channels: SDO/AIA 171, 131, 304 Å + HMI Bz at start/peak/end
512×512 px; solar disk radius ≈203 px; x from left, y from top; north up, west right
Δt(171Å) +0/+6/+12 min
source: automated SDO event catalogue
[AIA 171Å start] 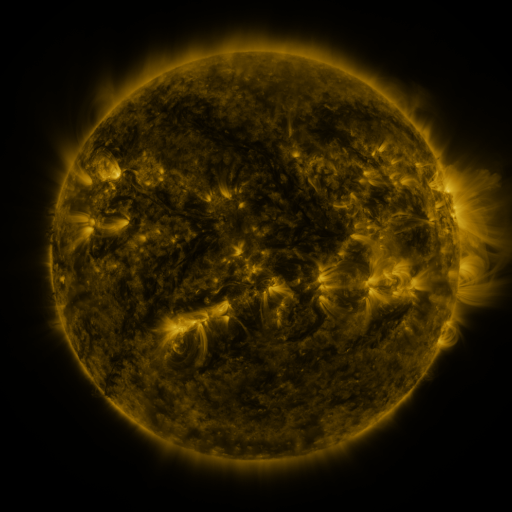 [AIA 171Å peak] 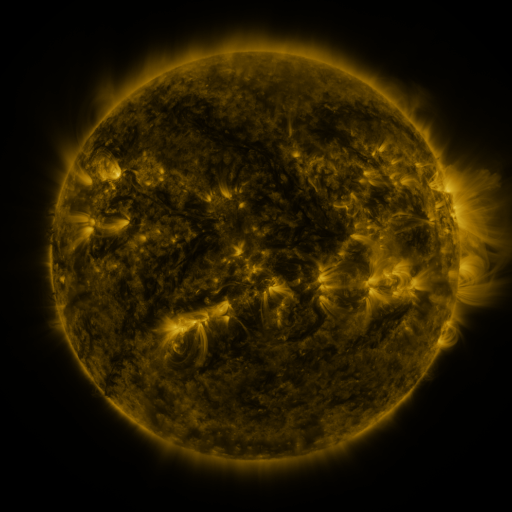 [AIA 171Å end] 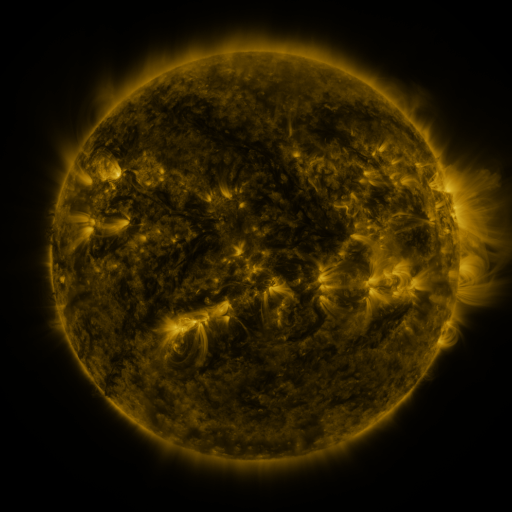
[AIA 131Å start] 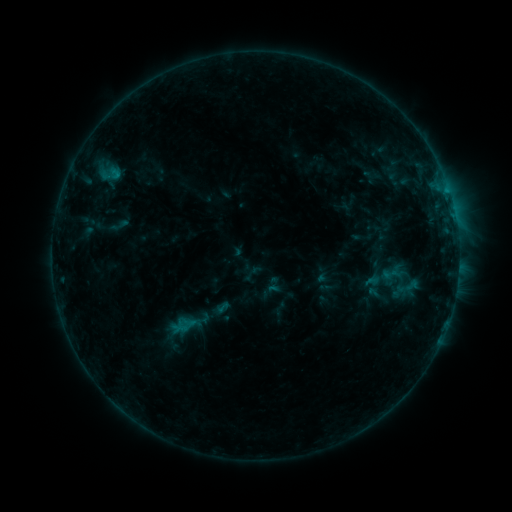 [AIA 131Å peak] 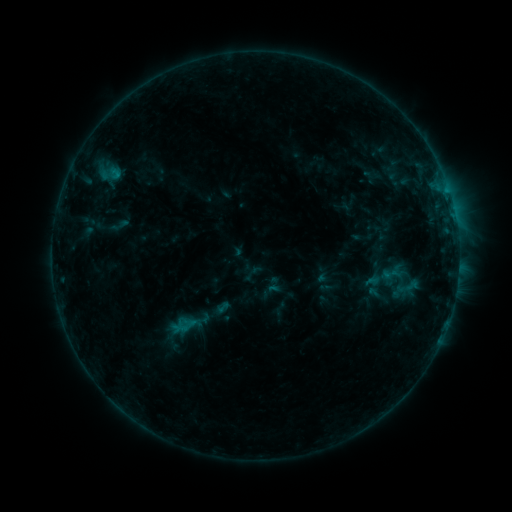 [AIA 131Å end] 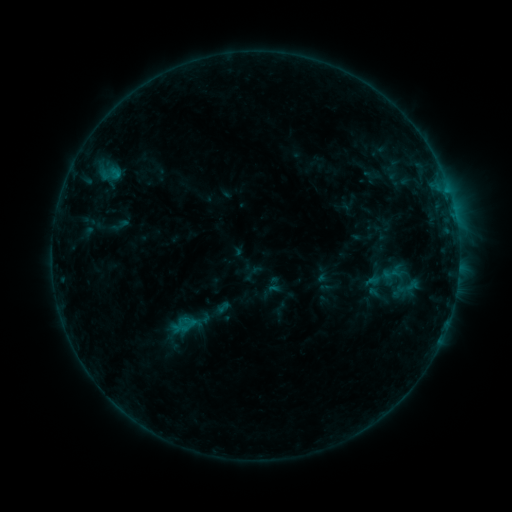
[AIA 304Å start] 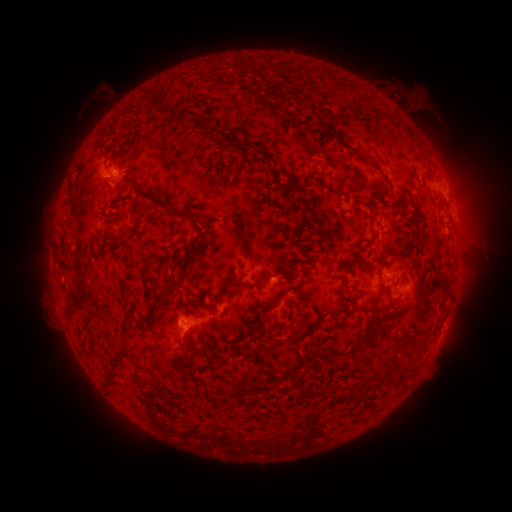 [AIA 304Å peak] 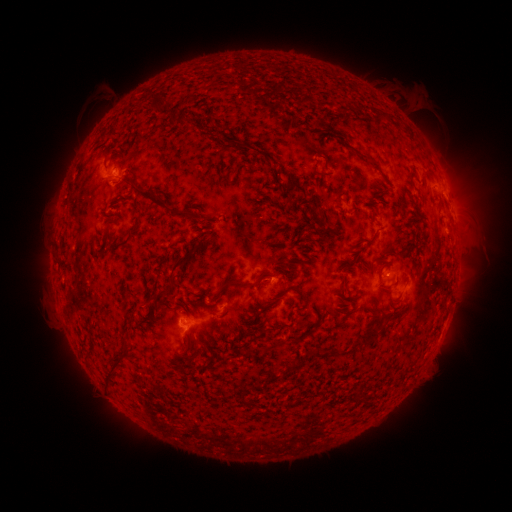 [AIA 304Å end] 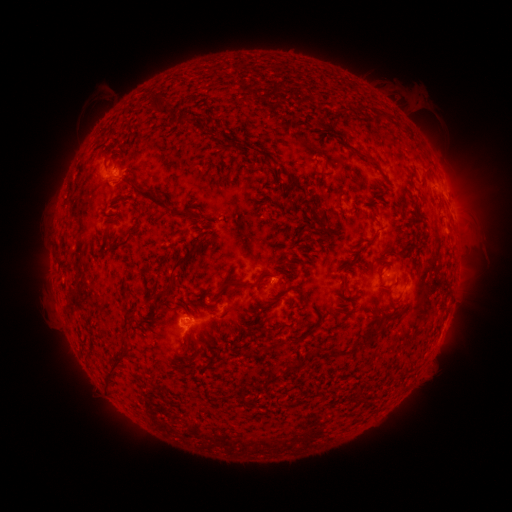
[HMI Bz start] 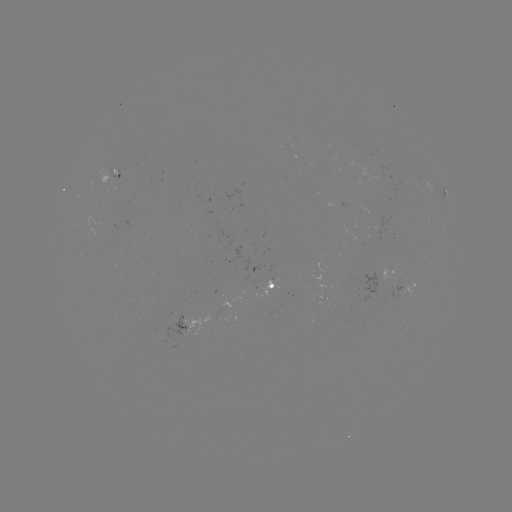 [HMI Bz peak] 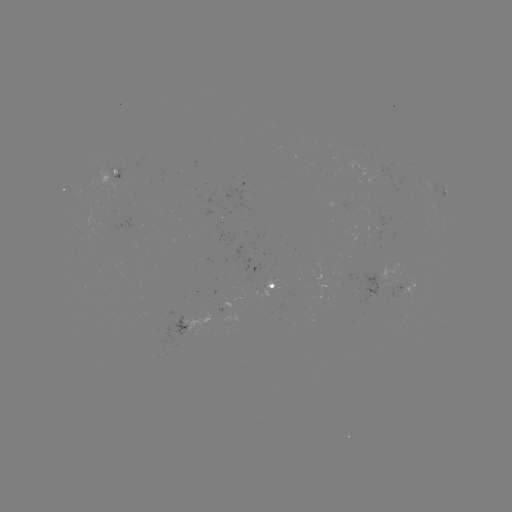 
no classed flare was catalogued and no EUV brightening was flagged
